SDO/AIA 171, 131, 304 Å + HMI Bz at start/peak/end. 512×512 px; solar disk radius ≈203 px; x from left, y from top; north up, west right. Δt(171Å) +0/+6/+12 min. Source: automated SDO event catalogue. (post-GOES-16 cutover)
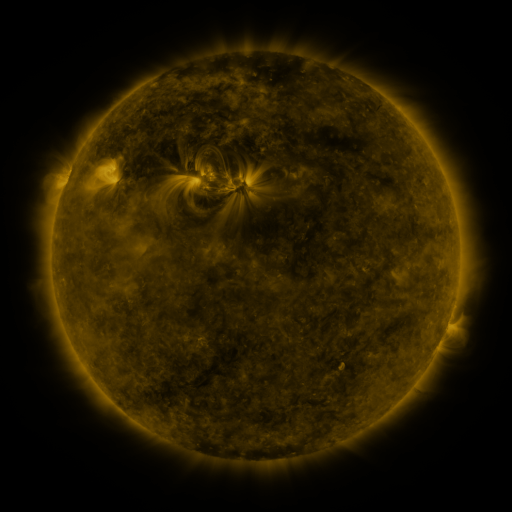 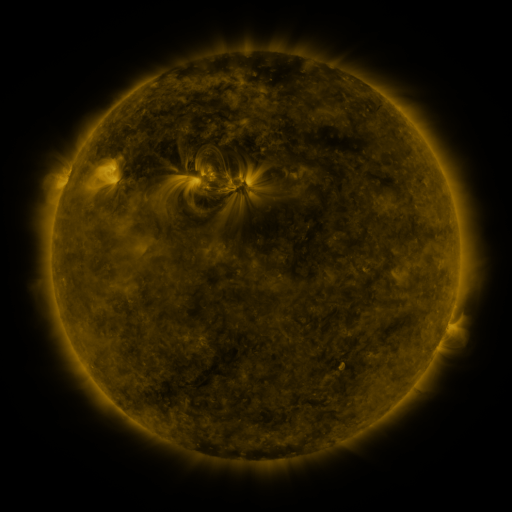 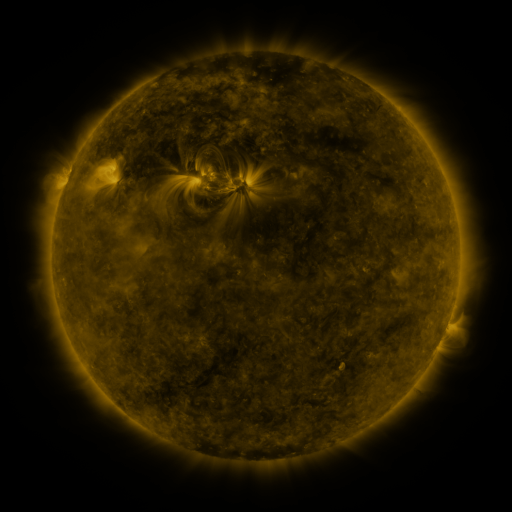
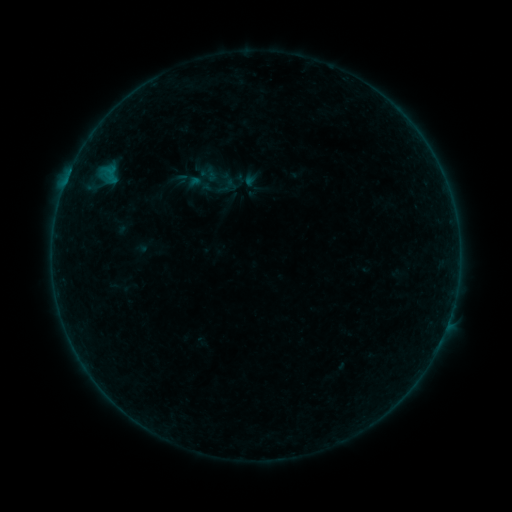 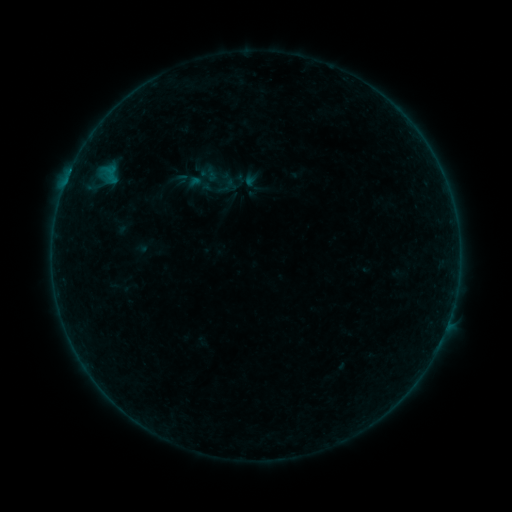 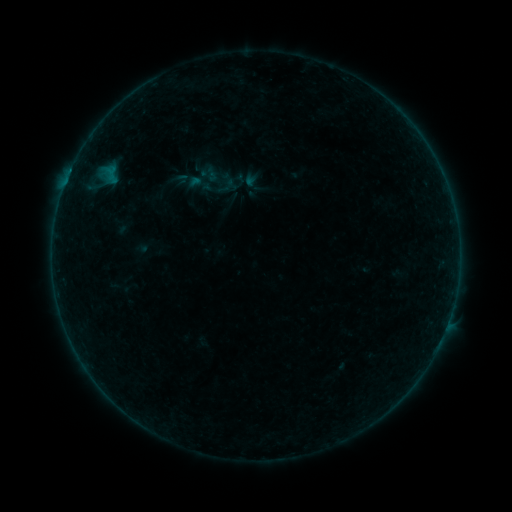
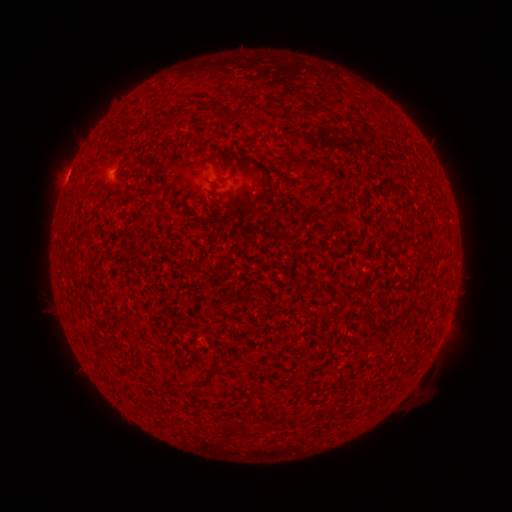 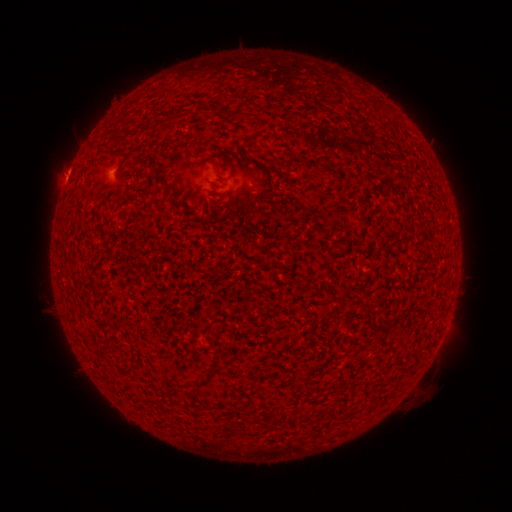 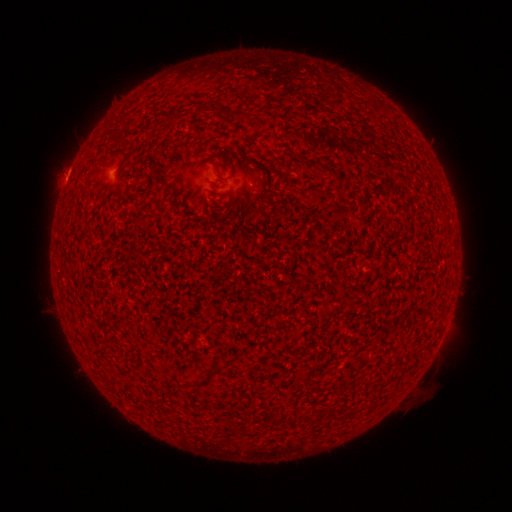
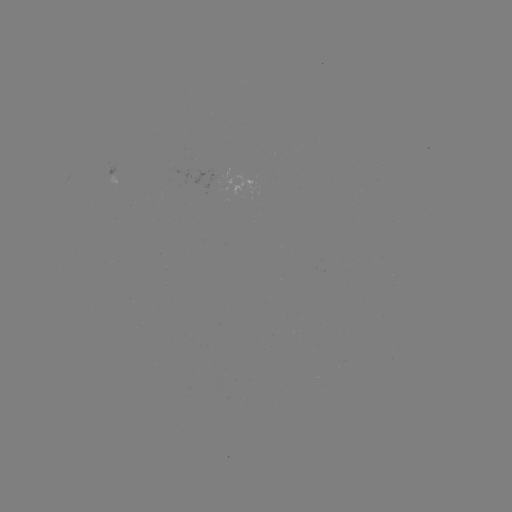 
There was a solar flare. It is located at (70, 174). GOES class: A9.6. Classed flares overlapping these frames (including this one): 1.